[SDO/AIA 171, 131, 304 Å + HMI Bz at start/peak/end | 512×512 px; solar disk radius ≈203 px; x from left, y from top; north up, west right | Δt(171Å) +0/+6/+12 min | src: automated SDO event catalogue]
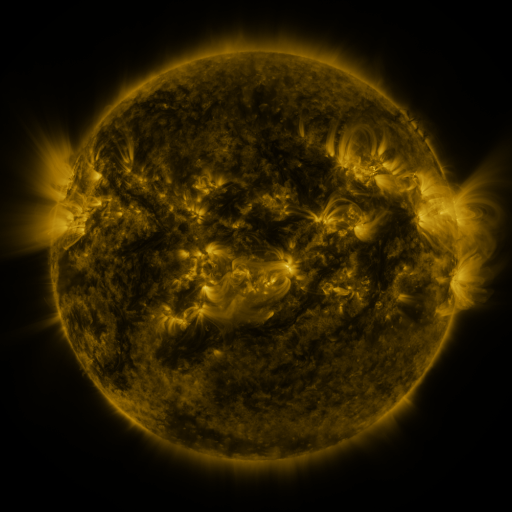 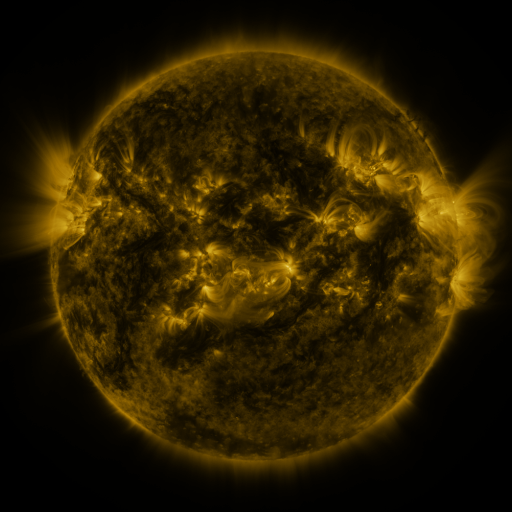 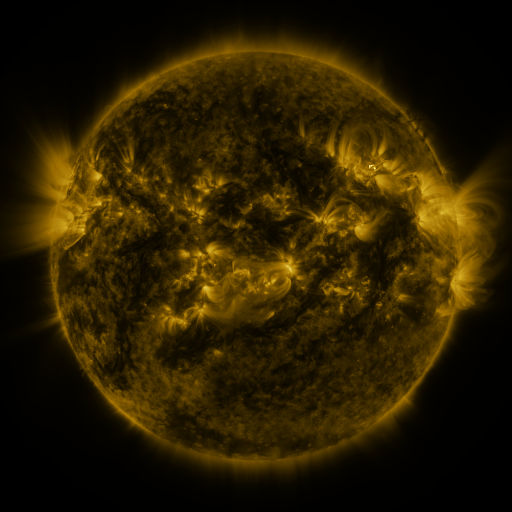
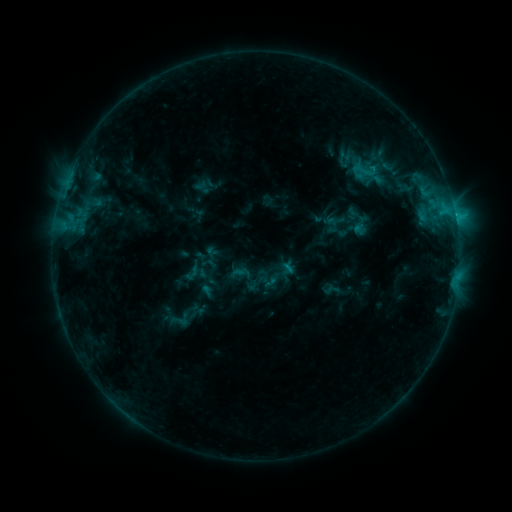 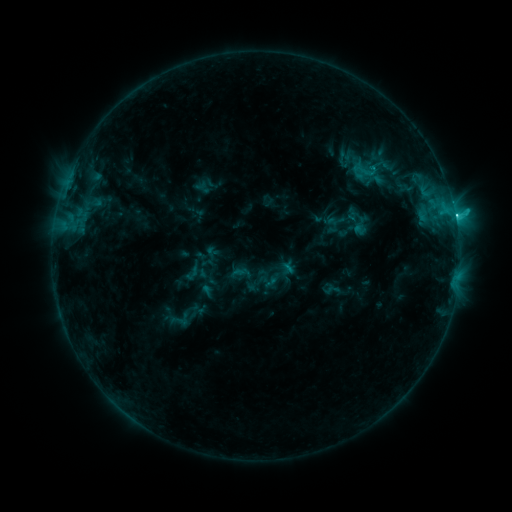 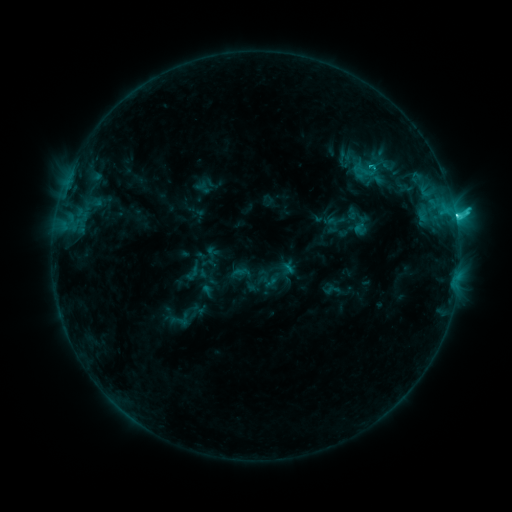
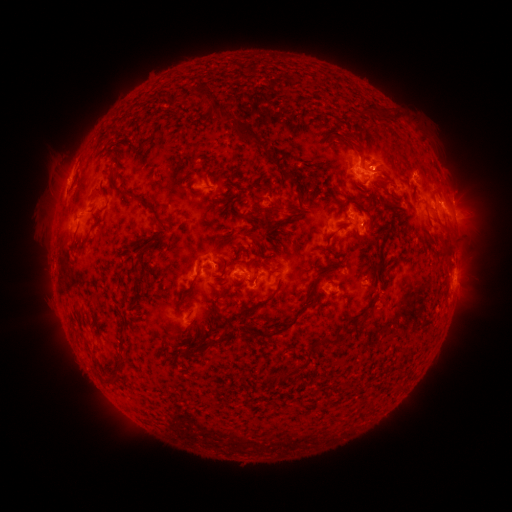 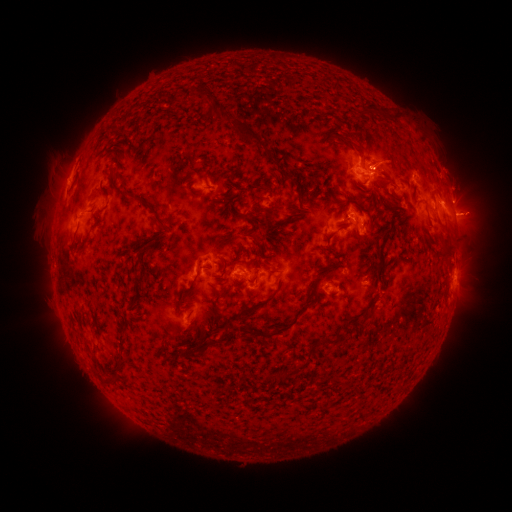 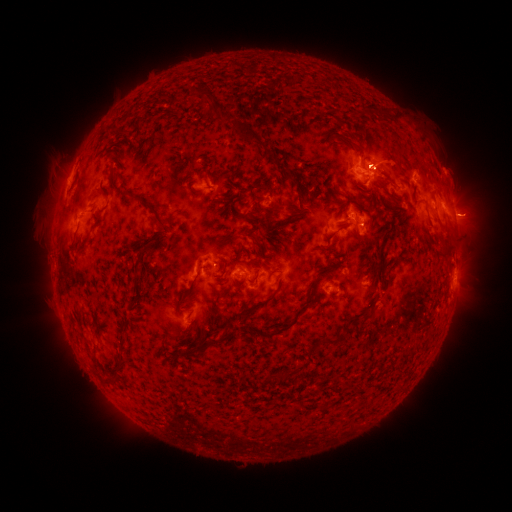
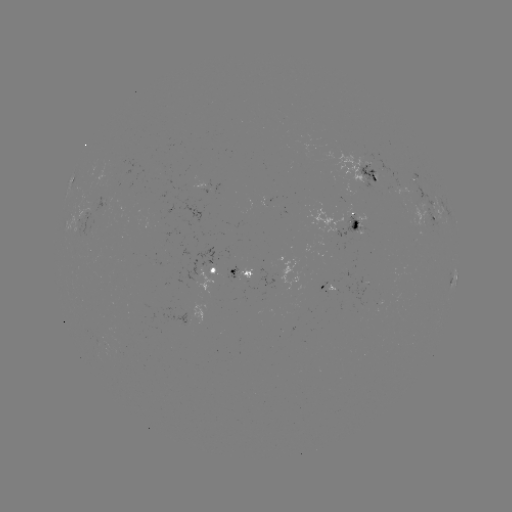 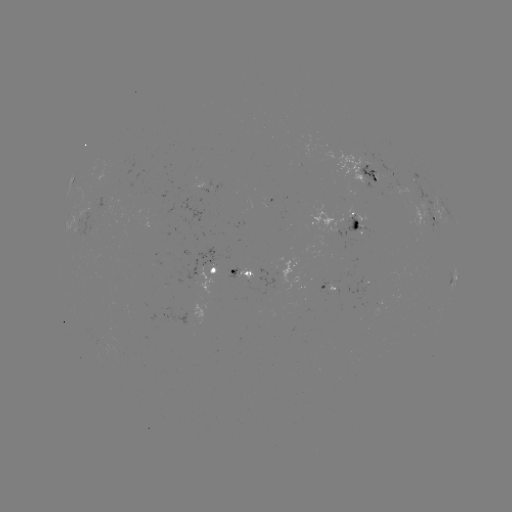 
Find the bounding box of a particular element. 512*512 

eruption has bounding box [436, 158, 501, 251].